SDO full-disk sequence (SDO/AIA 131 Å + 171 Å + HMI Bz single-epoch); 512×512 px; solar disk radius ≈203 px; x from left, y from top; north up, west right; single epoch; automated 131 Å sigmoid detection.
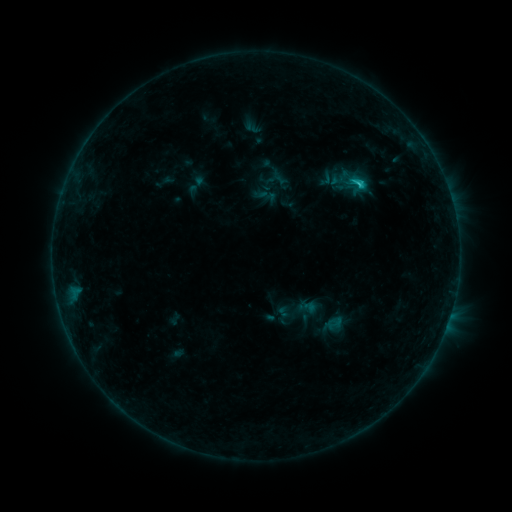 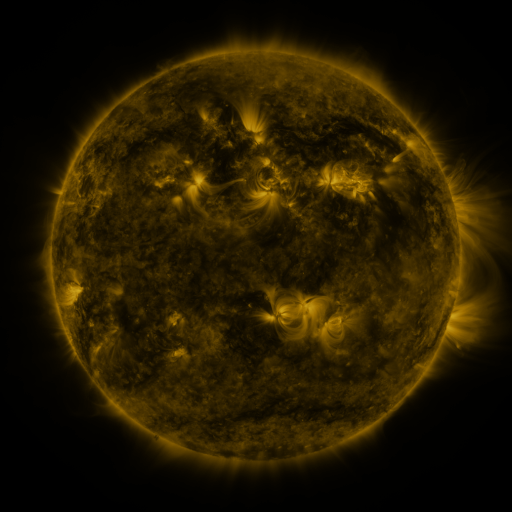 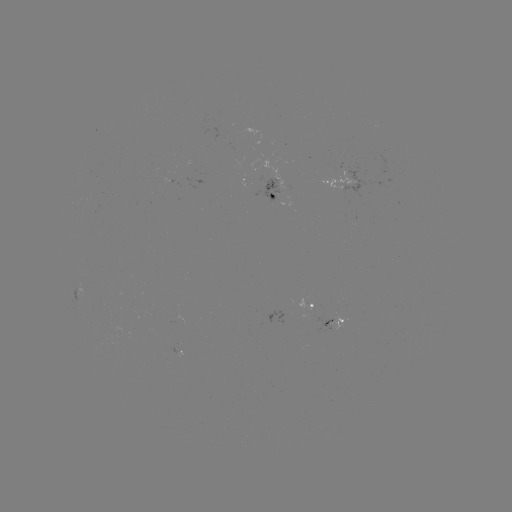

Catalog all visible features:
sigmoid: [315, 168, 338, 189]
sigmoid: [279, 292, 315, 331]
sigmoid: [326, 314, 344, 333]
